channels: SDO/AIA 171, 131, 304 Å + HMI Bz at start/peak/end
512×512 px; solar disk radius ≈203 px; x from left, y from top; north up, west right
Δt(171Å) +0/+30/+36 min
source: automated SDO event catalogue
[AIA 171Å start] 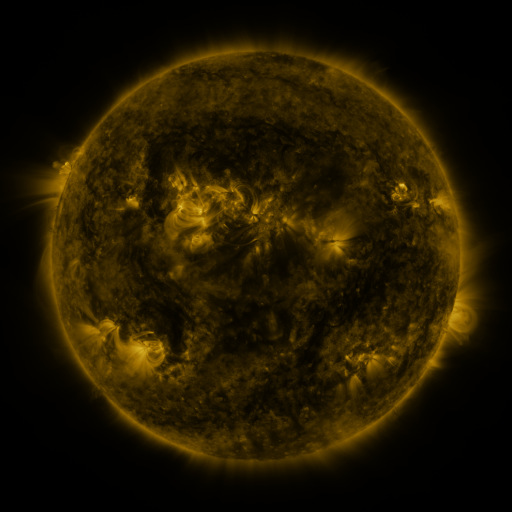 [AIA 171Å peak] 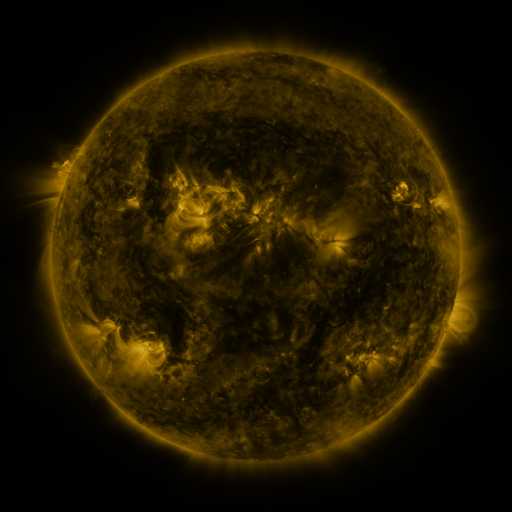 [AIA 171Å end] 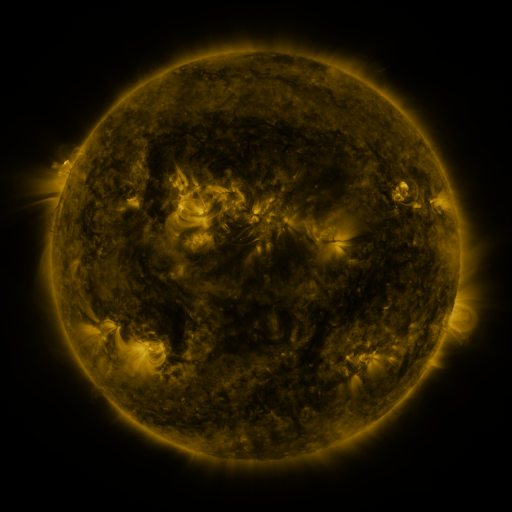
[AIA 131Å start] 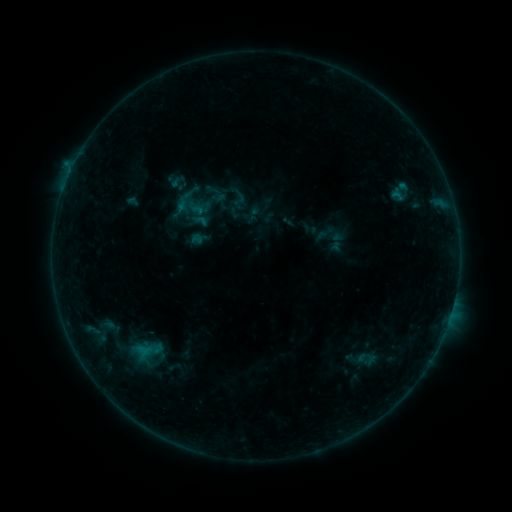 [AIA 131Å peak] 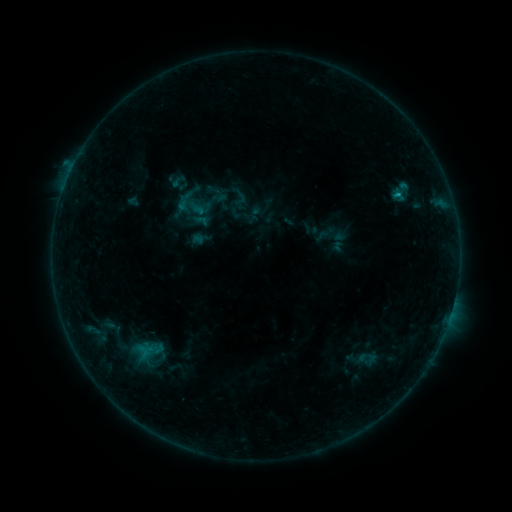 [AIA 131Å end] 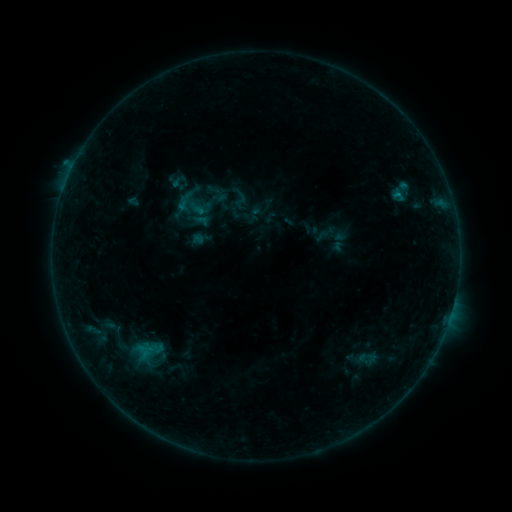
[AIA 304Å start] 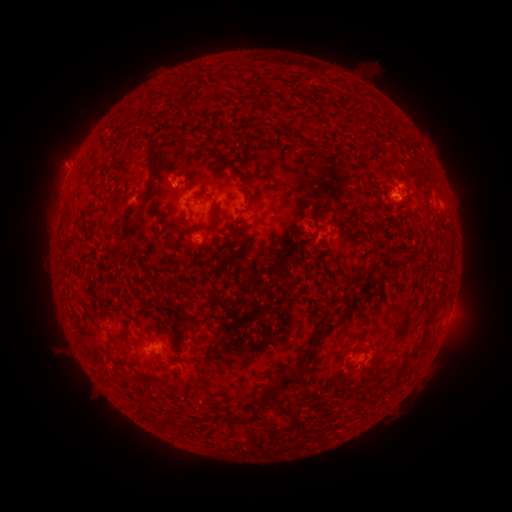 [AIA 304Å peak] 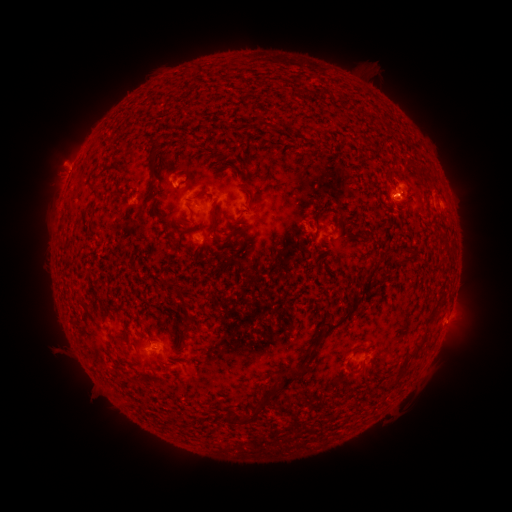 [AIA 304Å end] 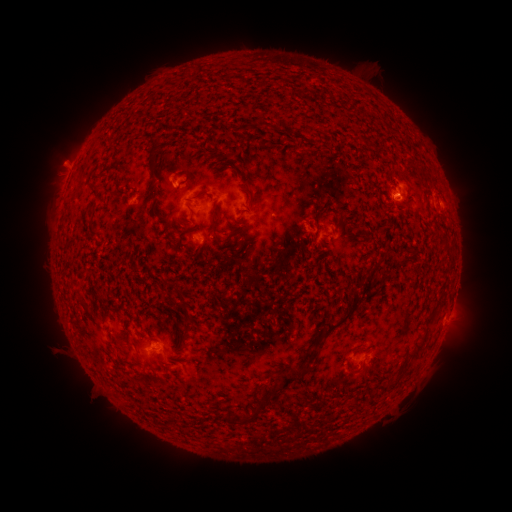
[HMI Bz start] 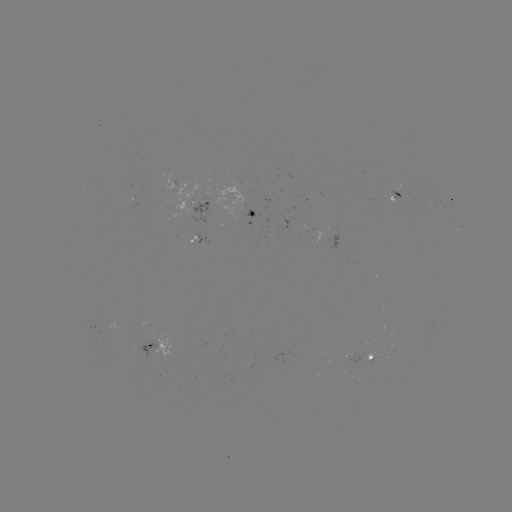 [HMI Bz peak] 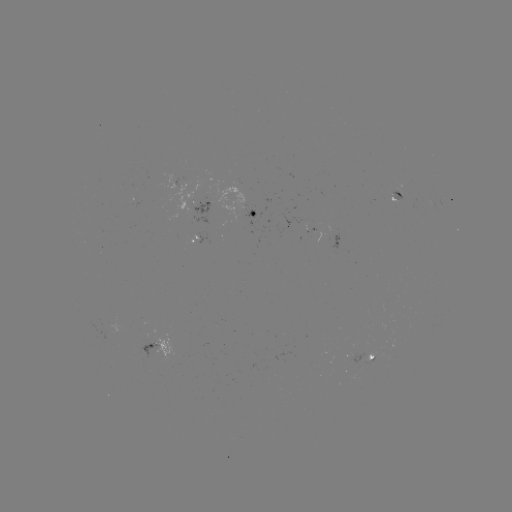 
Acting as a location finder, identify B4.9 flare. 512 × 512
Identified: [396, 196].